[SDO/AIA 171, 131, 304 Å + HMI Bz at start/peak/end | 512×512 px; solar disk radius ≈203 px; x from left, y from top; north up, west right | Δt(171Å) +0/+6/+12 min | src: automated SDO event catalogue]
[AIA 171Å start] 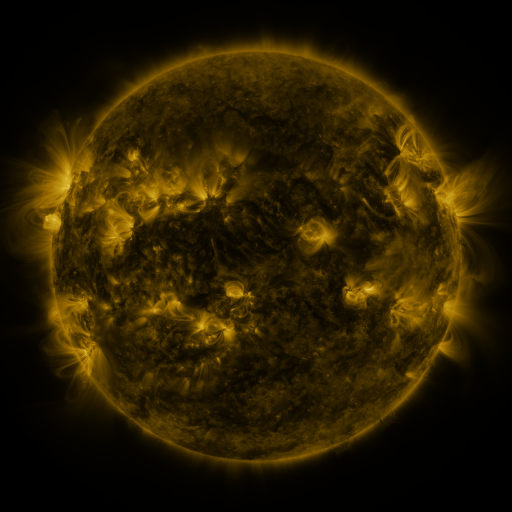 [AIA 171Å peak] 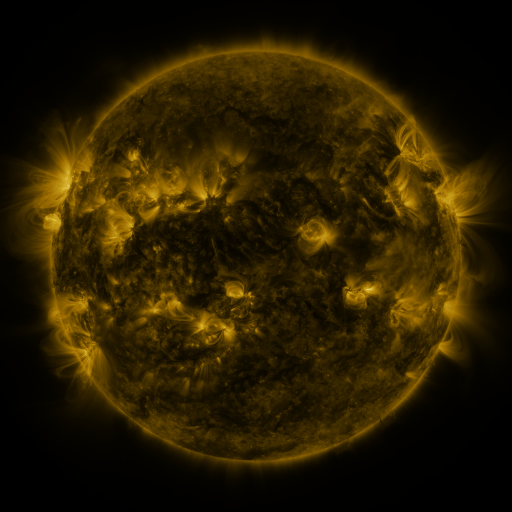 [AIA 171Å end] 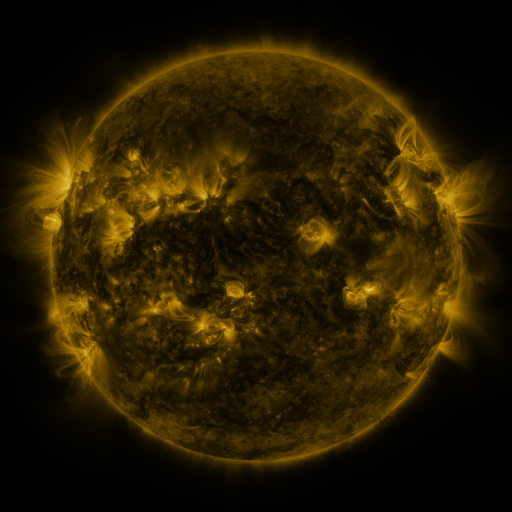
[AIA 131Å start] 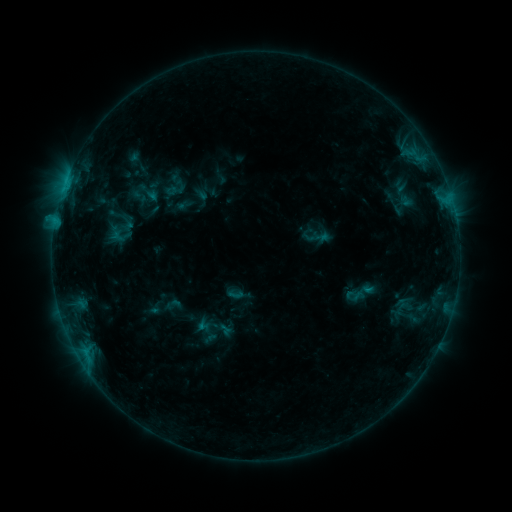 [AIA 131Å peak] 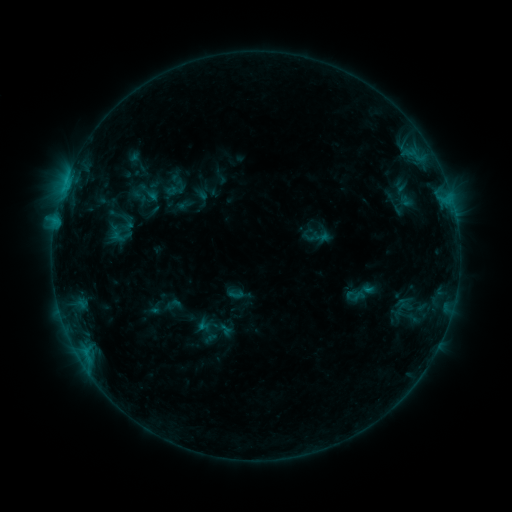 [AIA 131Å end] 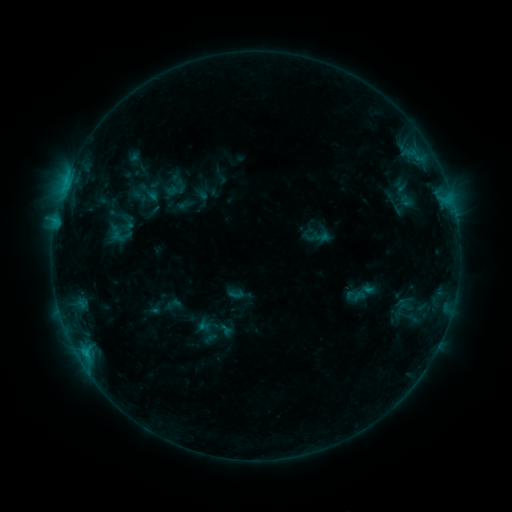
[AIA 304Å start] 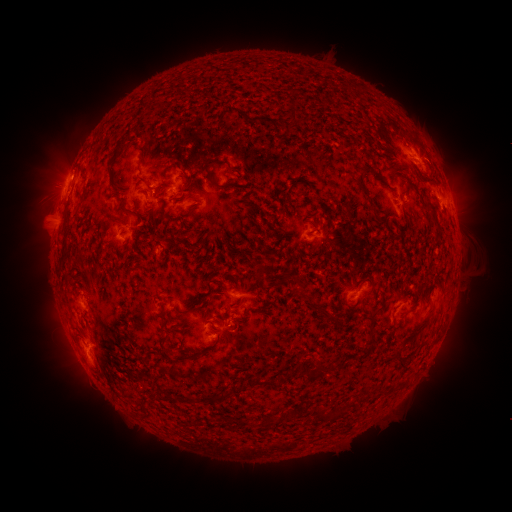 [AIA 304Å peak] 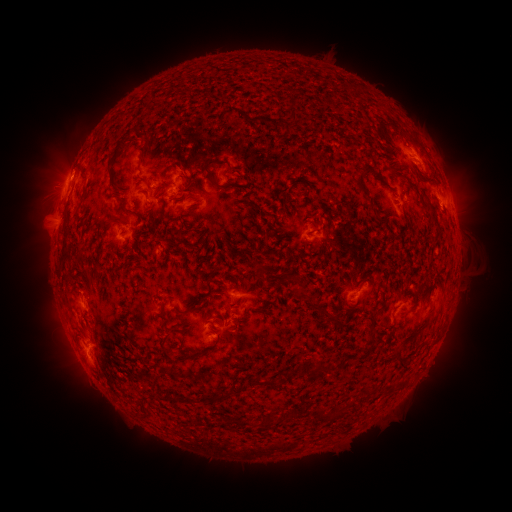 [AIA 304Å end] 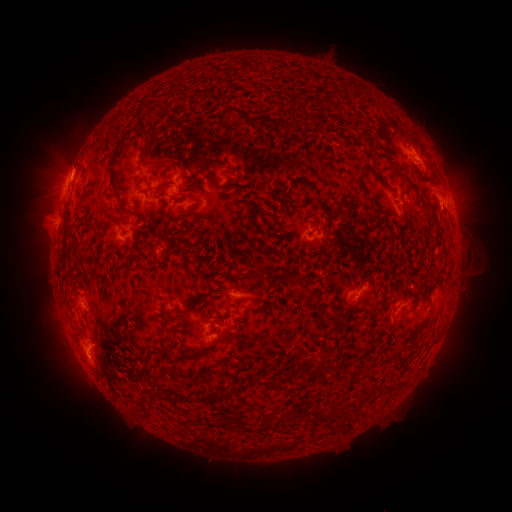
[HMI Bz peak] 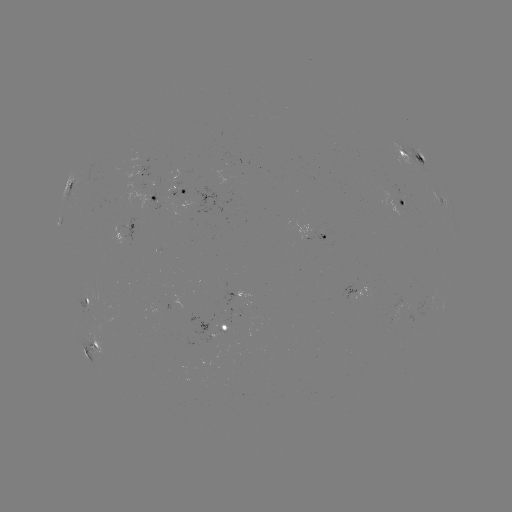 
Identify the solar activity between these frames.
eruption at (68, 161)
